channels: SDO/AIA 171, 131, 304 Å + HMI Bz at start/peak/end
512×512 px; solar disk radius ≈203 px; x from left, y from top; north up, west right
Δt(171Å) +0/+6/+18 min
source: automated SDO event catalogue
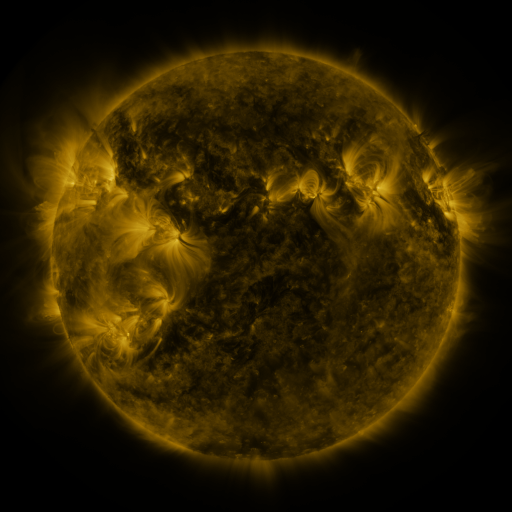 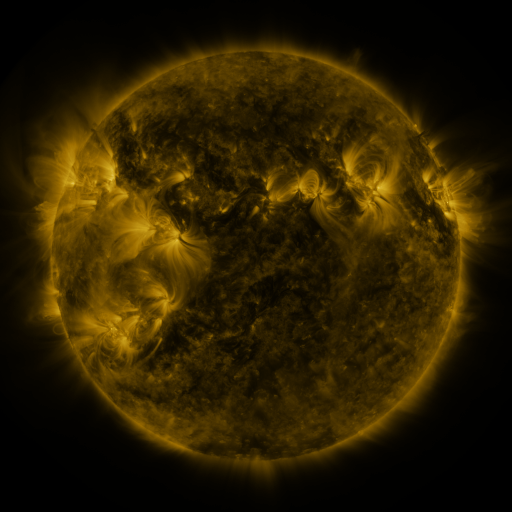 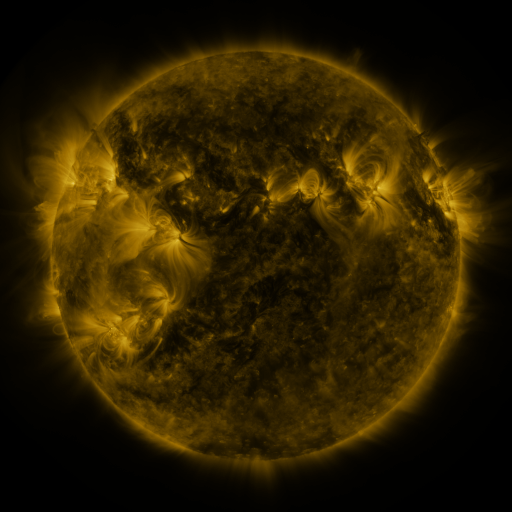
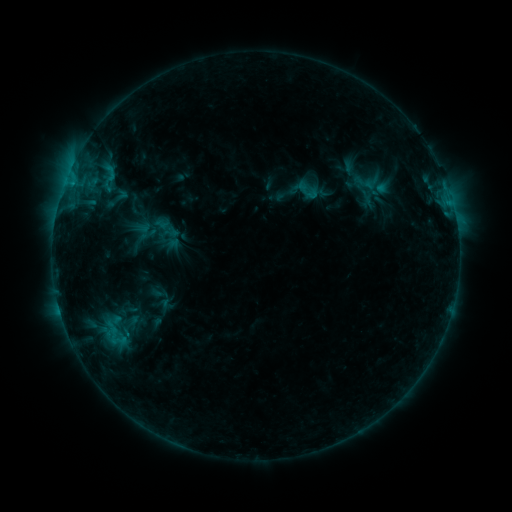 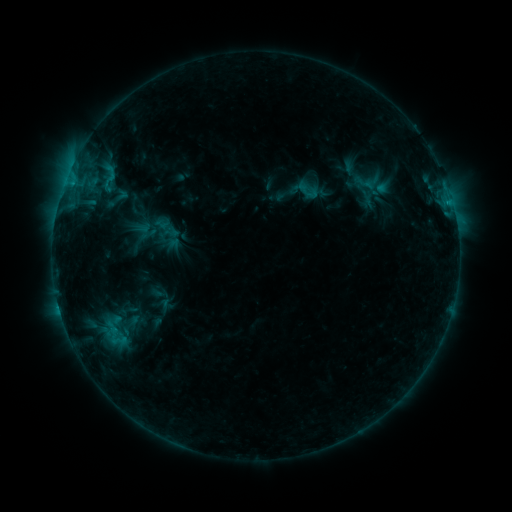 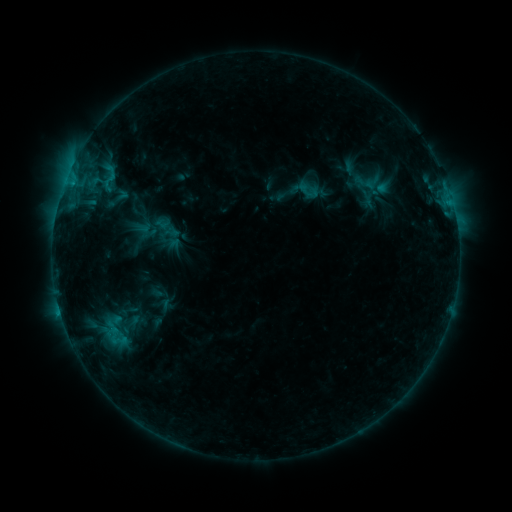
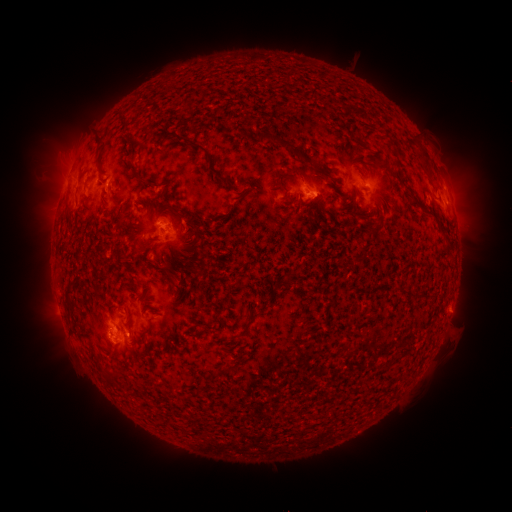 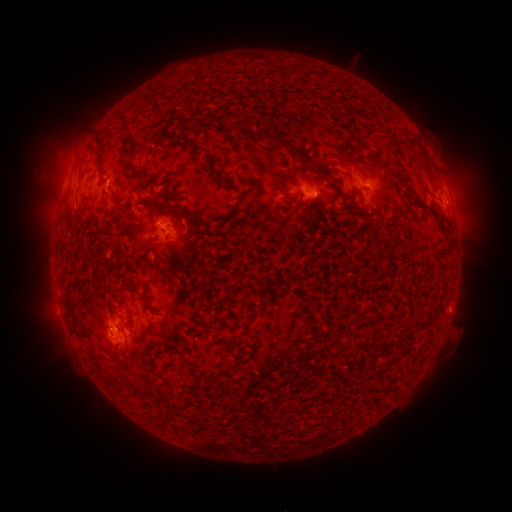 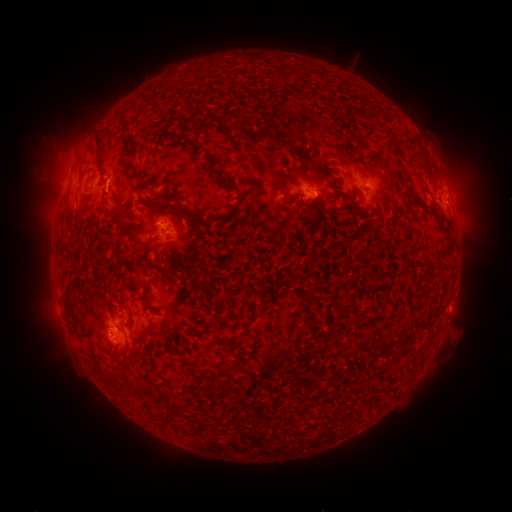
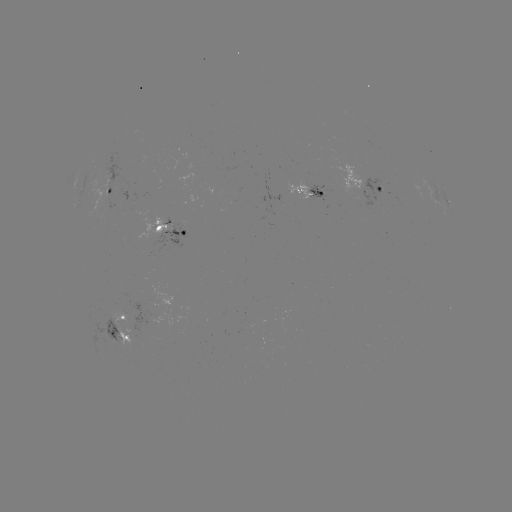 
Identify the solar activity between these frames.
eruption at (467, 187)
